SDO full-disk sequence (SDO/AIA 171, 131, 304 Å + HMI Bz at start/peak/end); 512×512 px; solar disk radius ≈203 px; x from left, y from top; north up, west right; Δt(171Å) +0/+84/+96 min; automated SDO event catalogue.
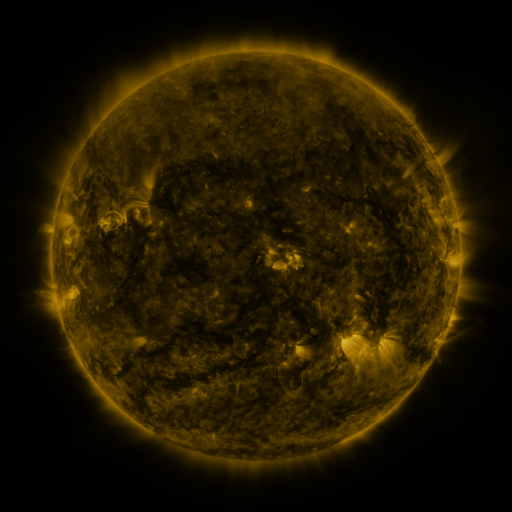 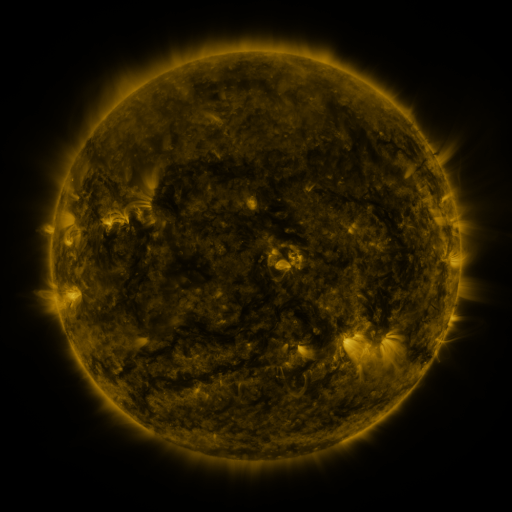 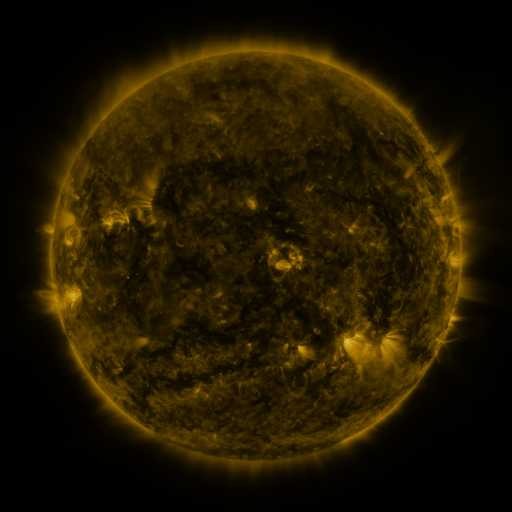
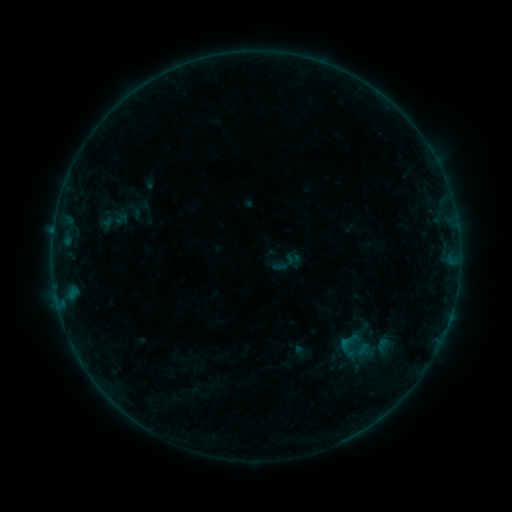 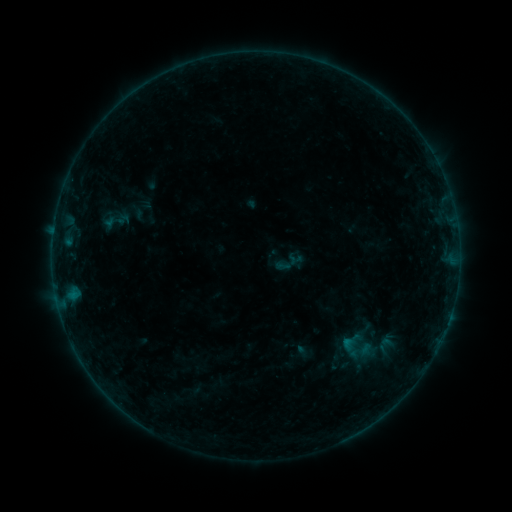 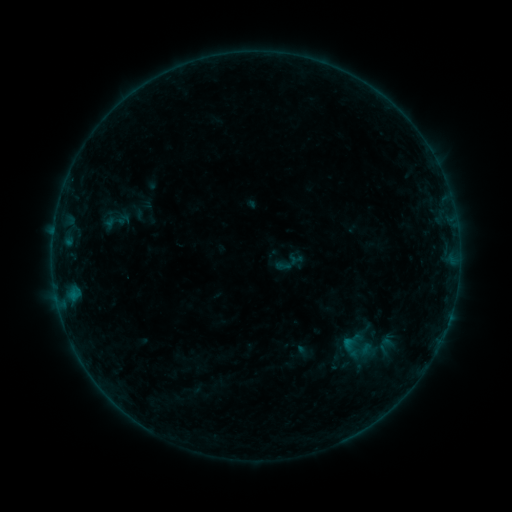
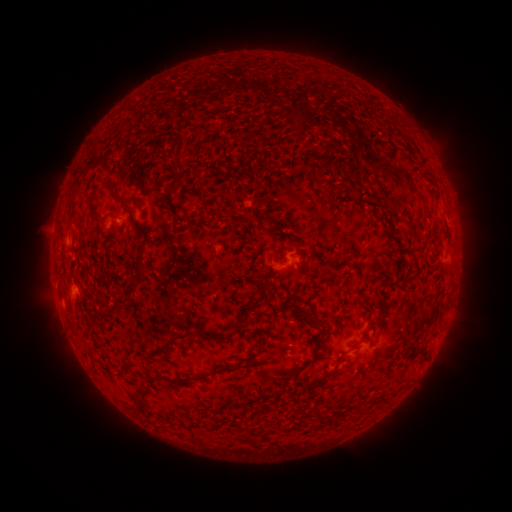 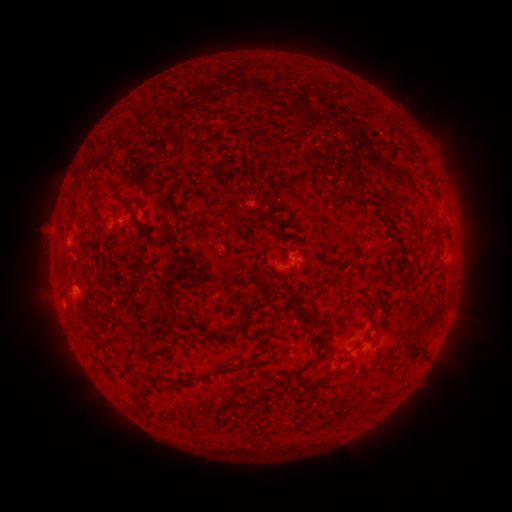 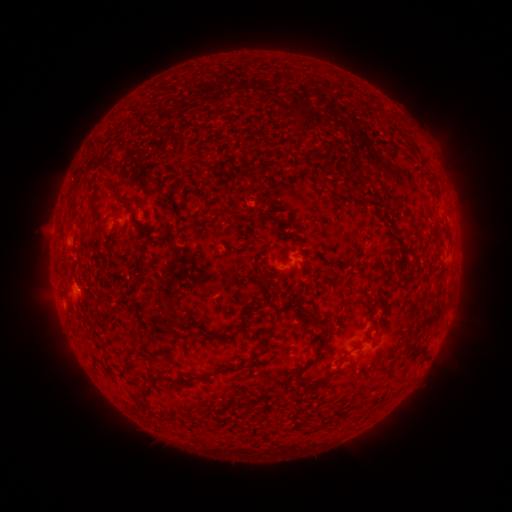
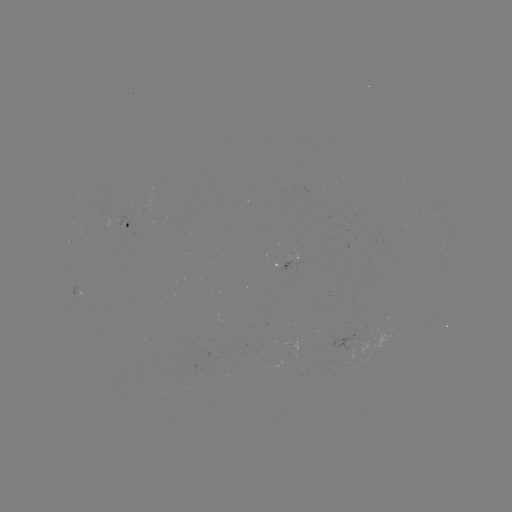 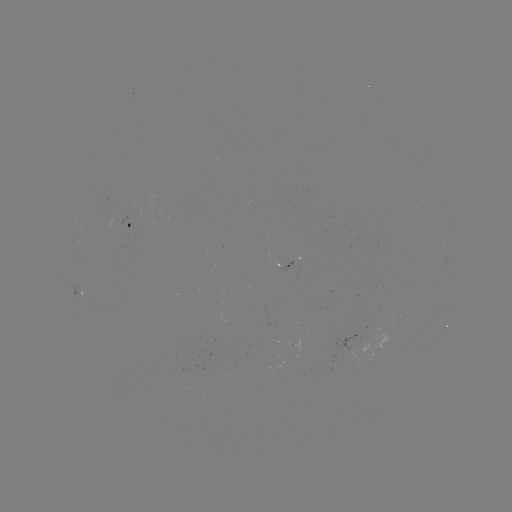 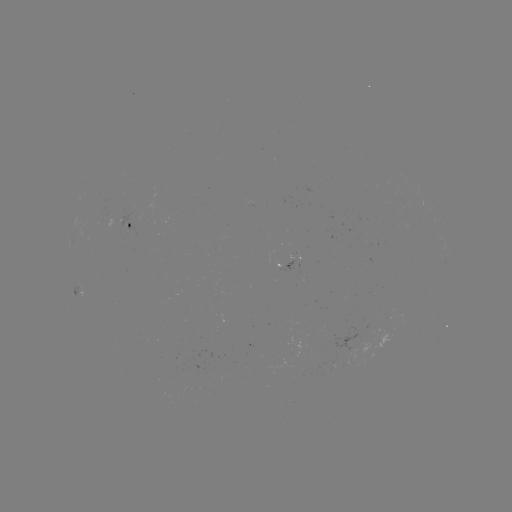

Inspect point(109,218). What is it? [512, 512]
emerging-flux region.